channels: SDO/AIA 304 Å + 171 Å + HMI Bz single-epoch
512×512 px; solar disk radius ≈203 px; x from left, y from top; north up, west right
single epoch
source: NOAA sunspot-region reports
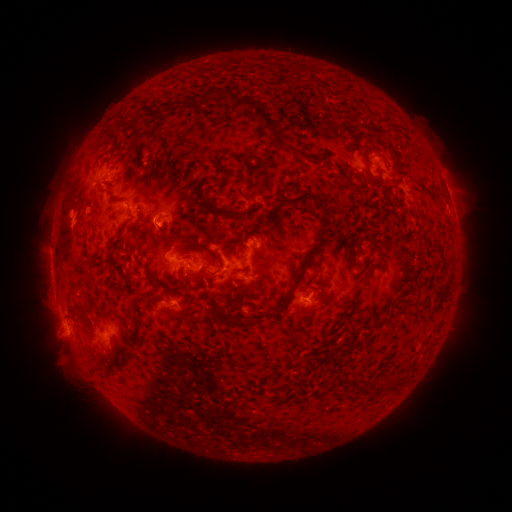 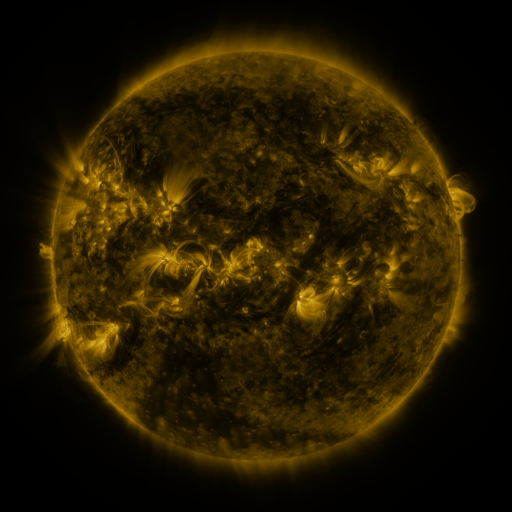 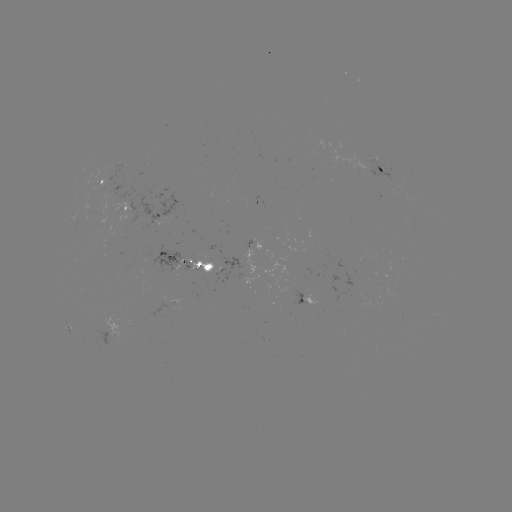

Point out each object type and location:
spotted active region: (384, 169)
spotted active region: (106, 181)
spotted active region: (452, 202)
spotted active region: (131, 208)
spotted active region: (163, 213)
spotted active region: (190, 261)
spotted active region: (312, 296)
